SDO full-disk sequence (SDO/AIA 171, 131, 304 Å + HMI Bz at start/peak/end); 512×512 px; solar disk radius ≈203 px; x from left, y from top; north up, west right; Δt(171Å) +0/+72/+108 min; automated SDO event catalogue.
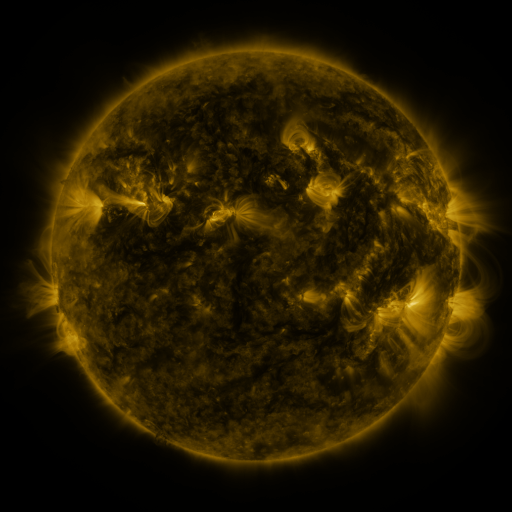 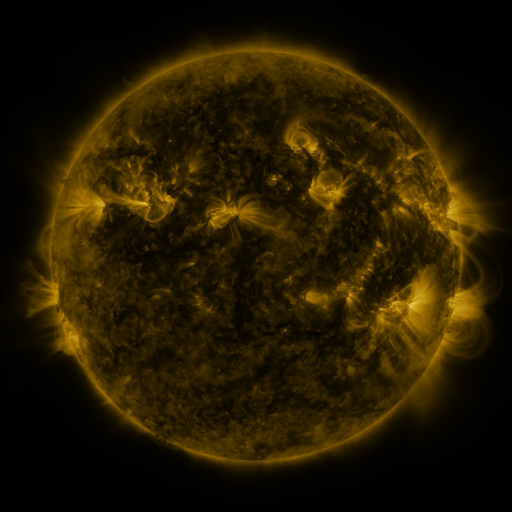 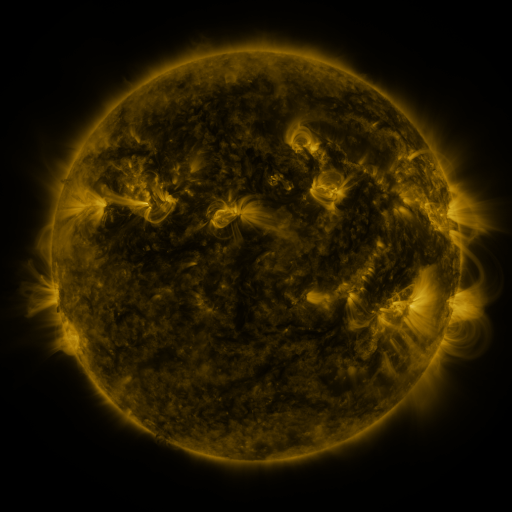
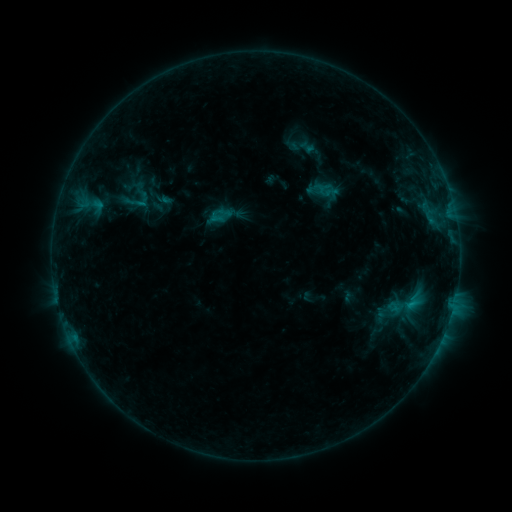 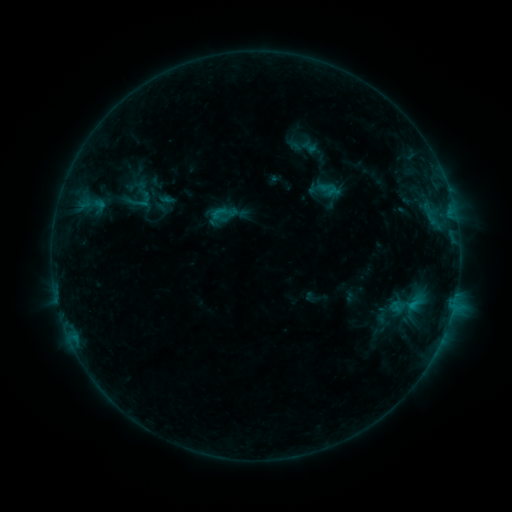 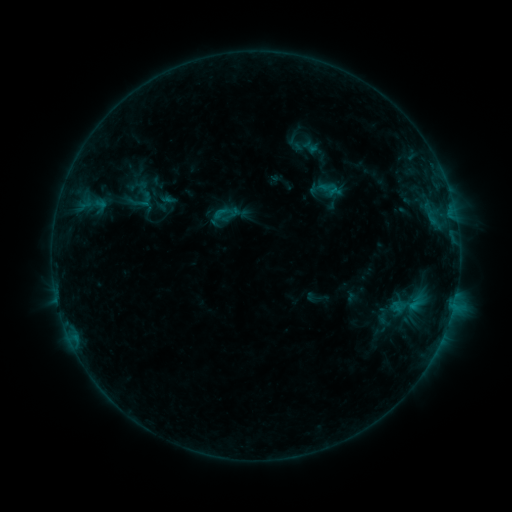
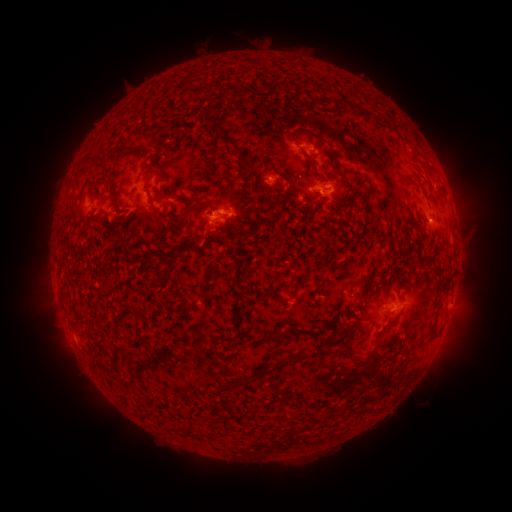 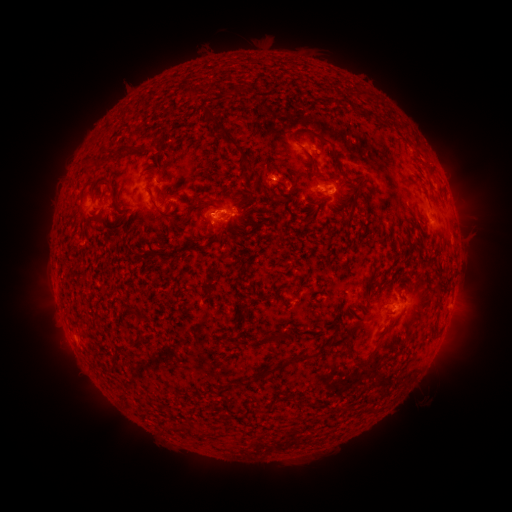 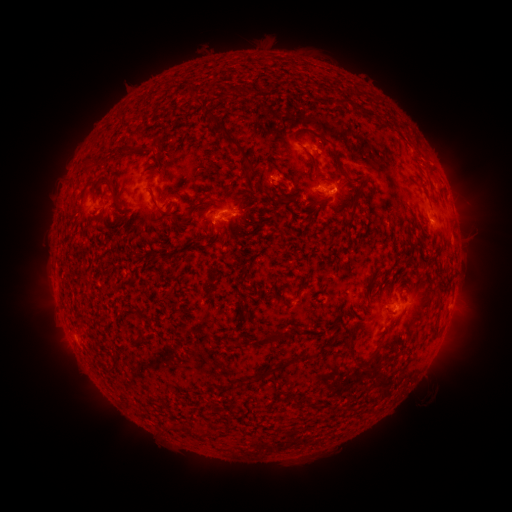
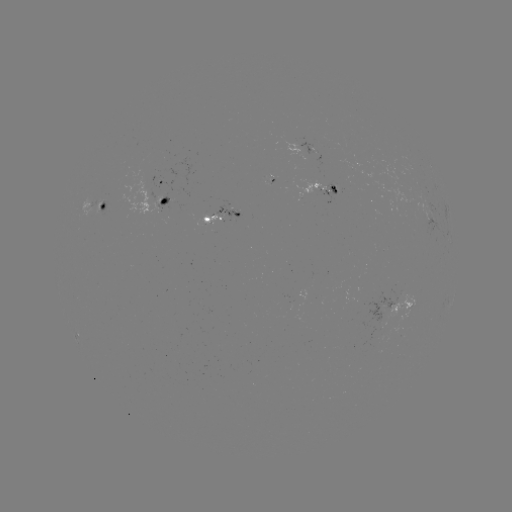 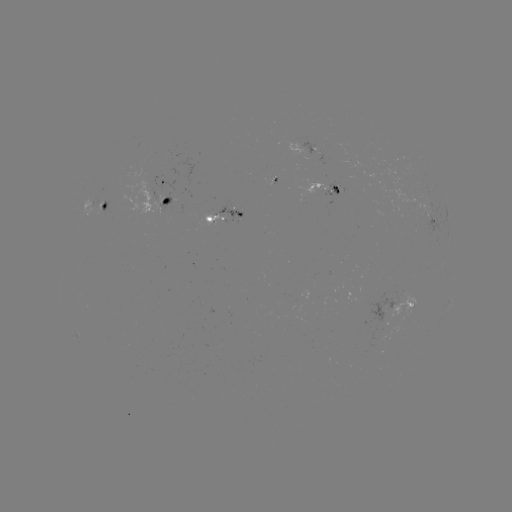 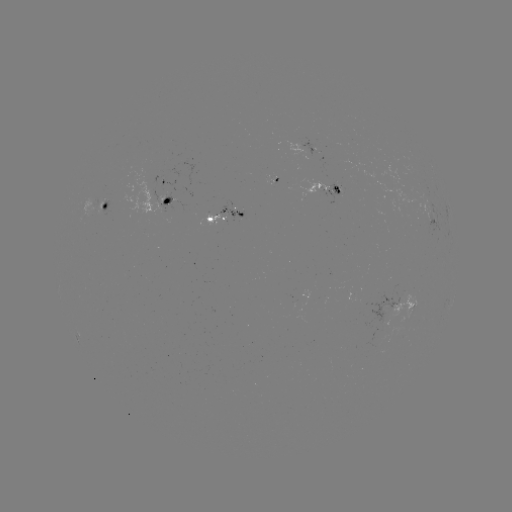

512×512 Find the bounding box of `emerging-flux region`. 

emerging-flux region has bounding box [370, 290, 397, 329].